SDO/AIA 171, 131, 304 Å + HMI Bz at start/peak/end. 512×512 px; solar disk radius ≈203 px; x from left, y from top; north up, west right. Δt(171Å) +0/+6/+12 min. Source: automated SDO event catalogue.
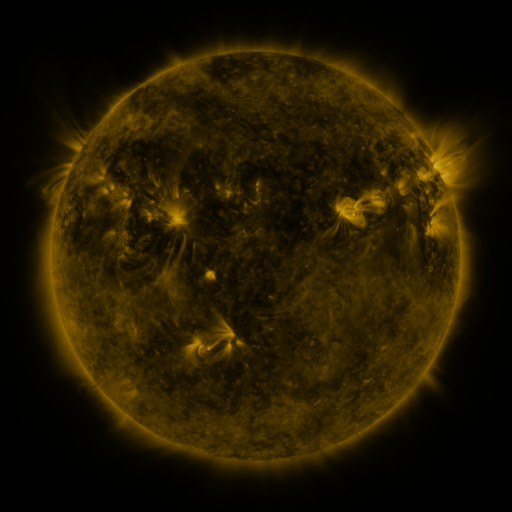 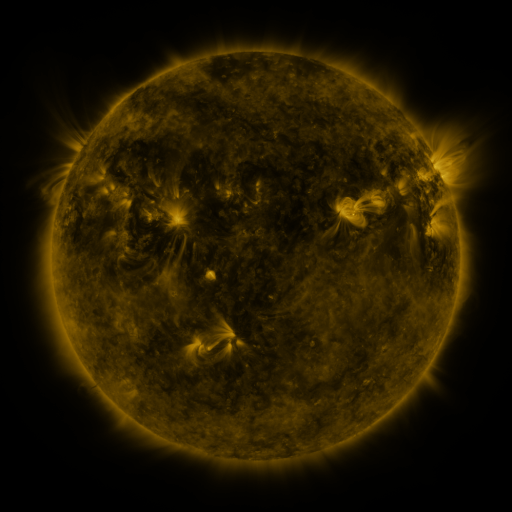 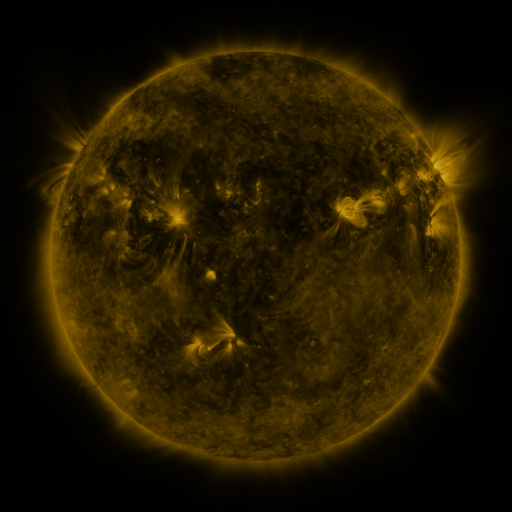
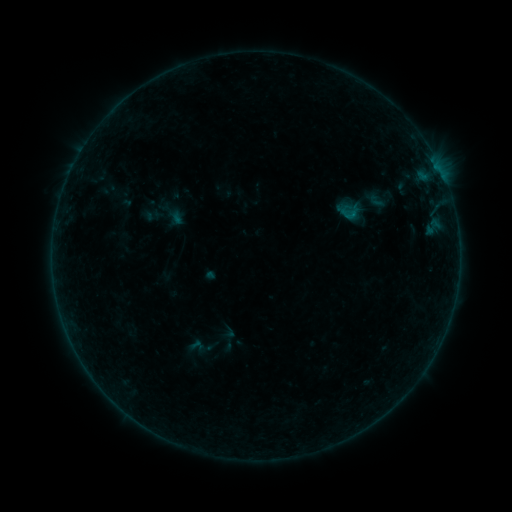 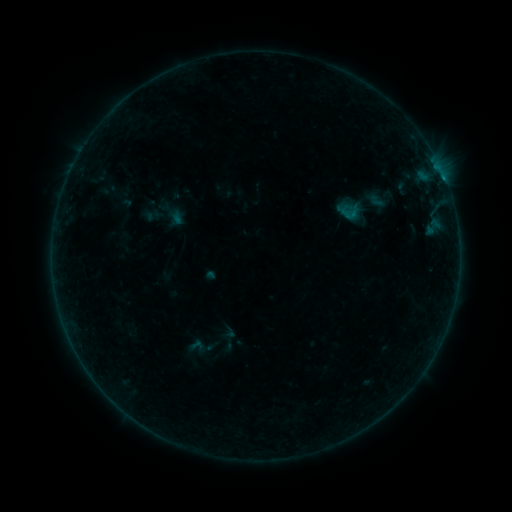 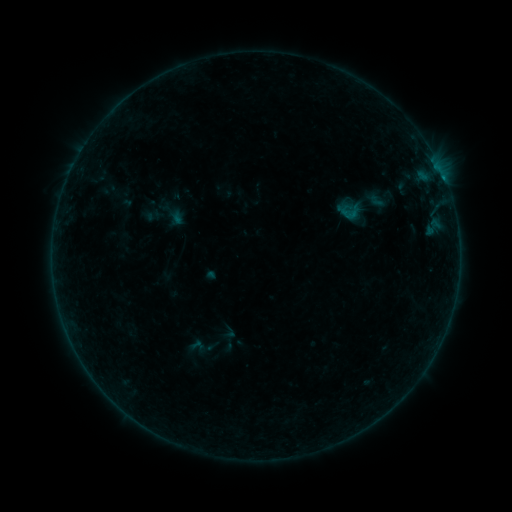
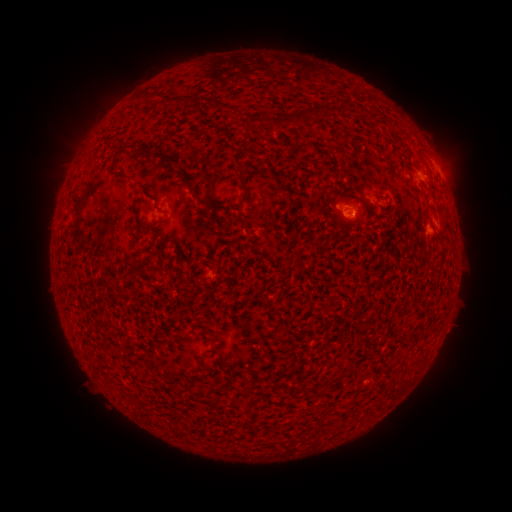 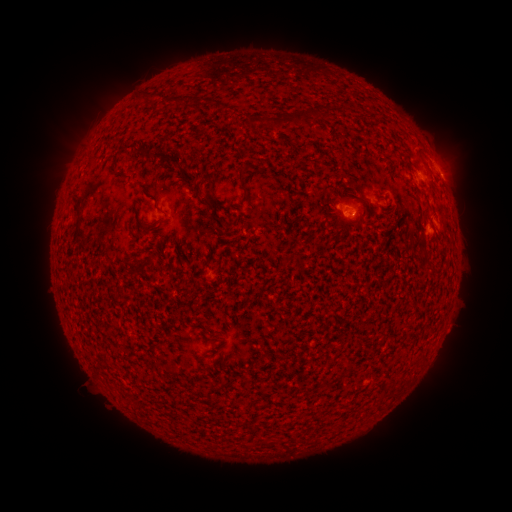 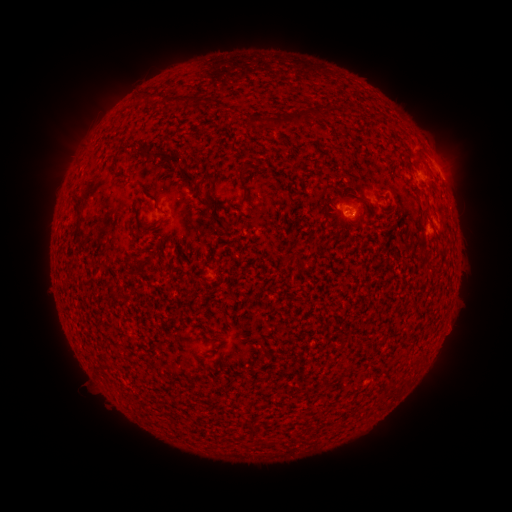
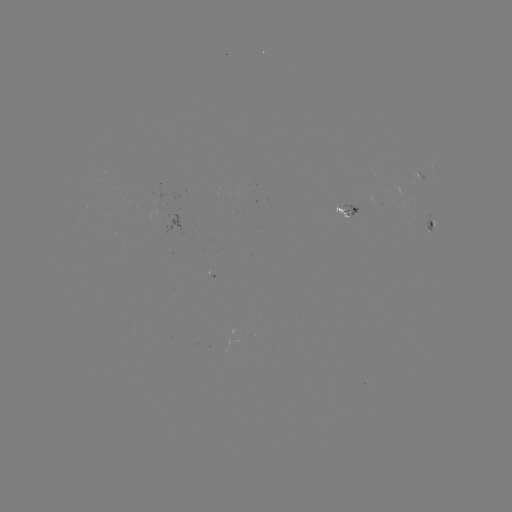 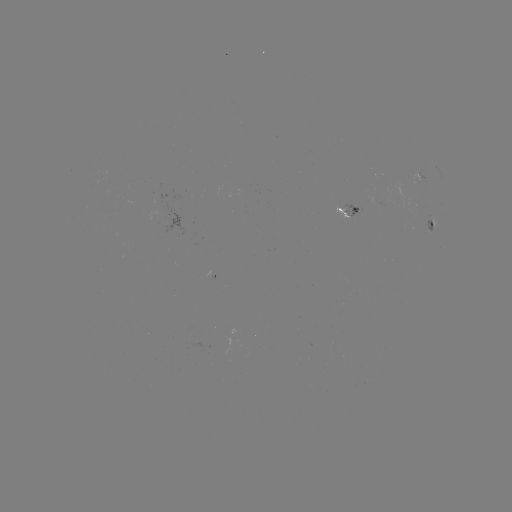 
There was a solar flare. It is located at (442, 179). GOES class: B1.8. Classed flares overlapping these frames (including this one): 1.